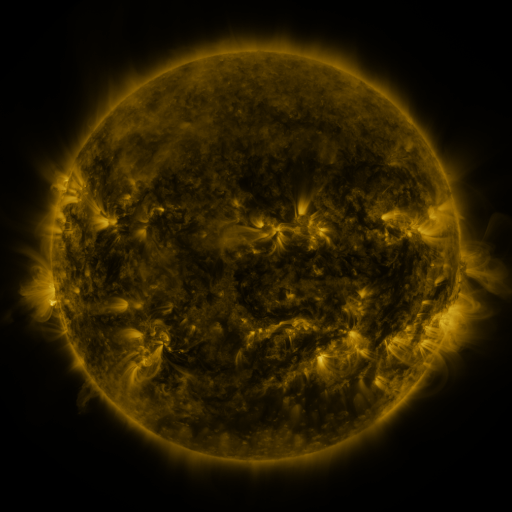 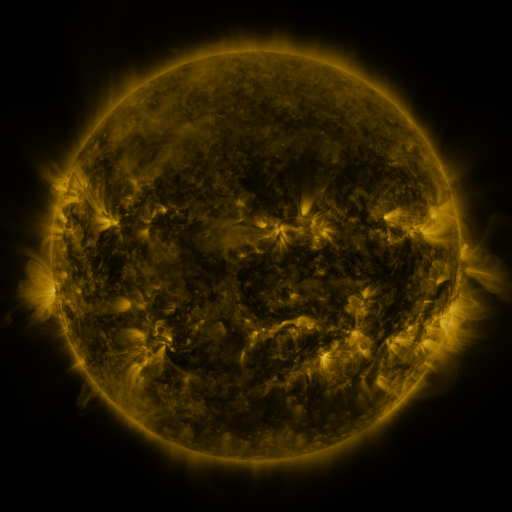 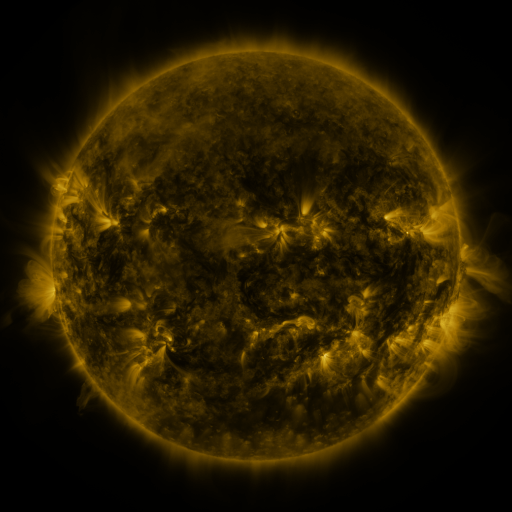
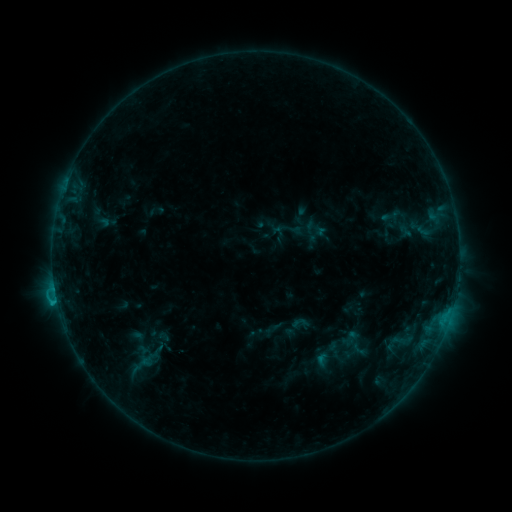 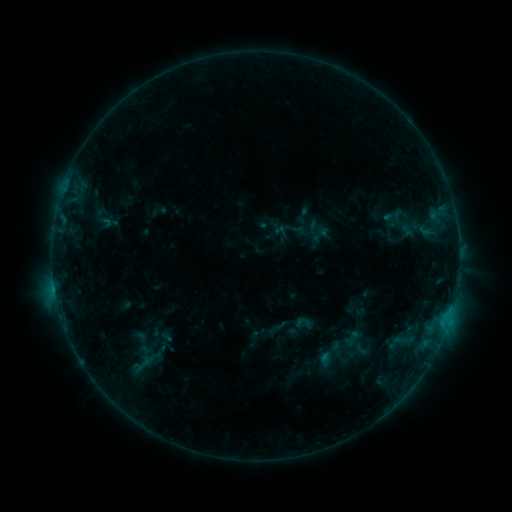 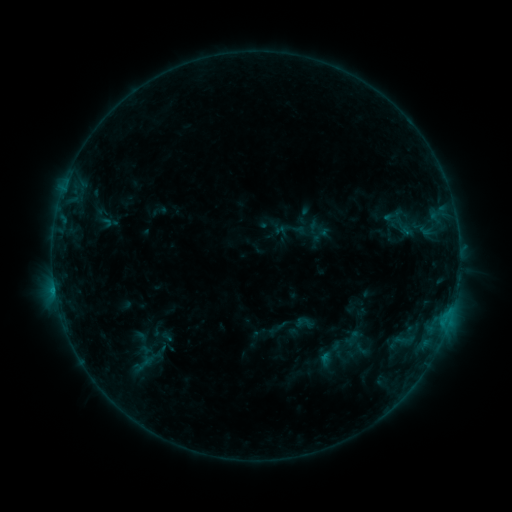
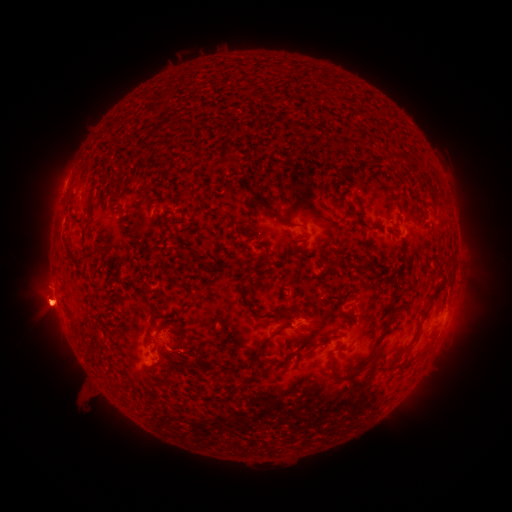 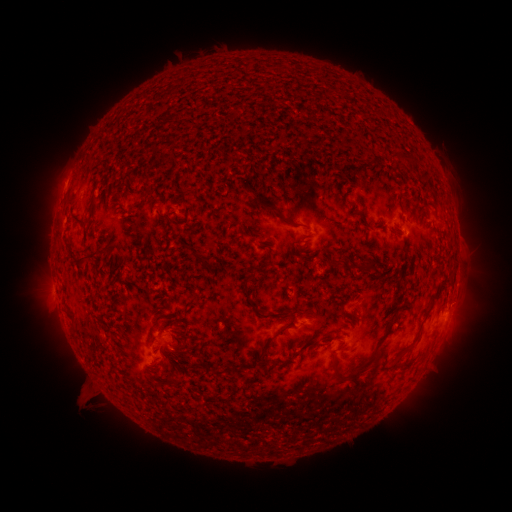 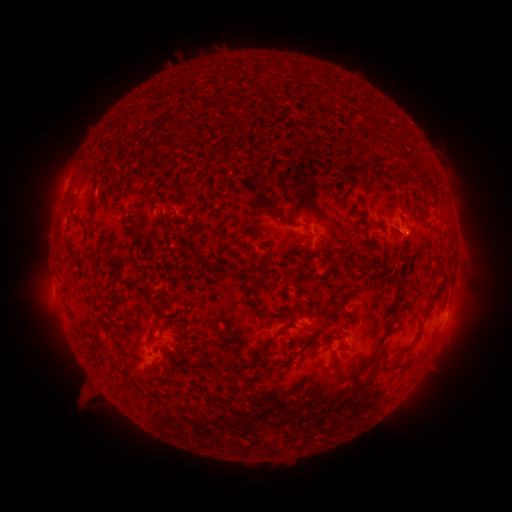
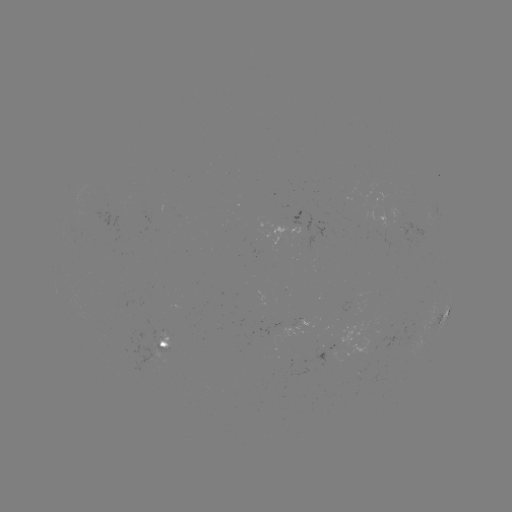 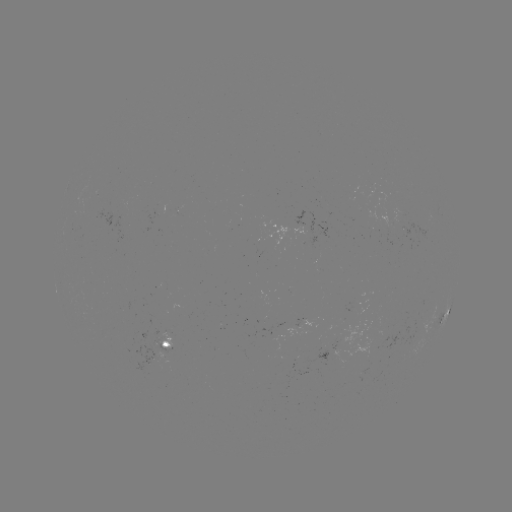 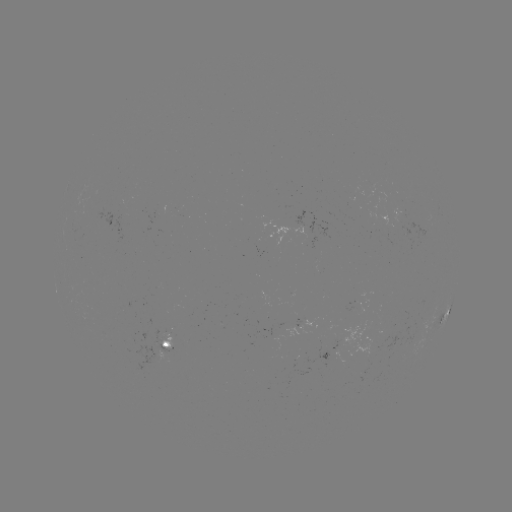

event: emerging-flux region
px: (335, 358)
